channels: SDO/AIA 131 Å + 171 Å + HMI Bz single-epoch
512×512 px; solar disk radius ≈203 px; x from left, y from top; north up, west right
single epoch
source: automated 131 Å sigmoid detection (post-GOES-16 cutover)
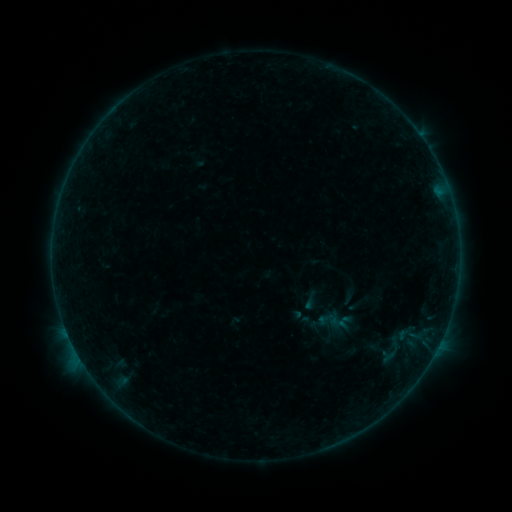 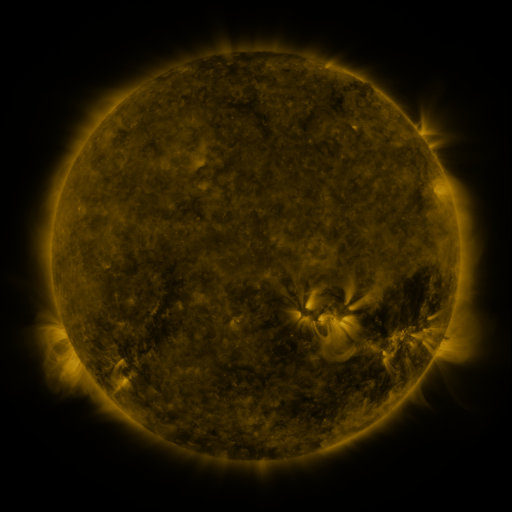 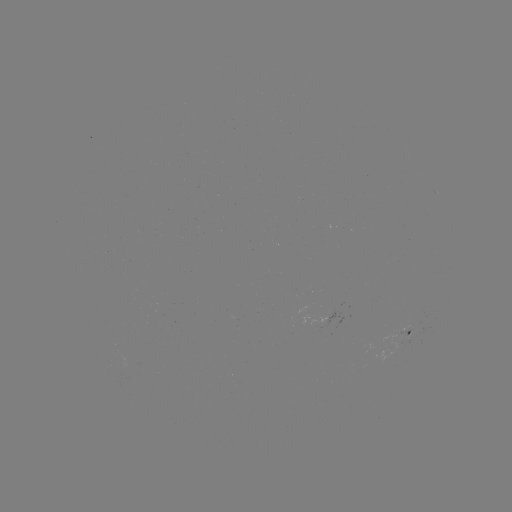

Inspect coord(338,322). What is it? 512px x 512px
sigmoid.